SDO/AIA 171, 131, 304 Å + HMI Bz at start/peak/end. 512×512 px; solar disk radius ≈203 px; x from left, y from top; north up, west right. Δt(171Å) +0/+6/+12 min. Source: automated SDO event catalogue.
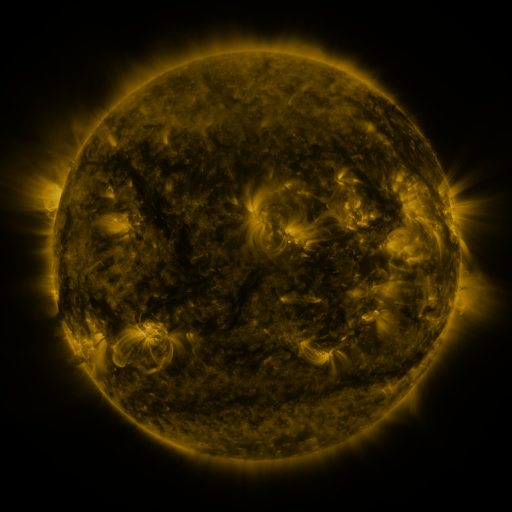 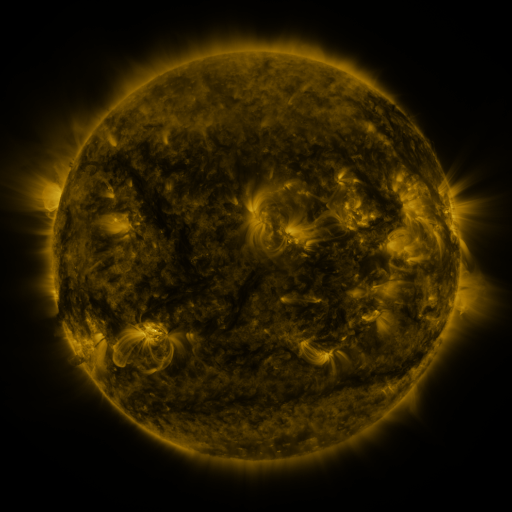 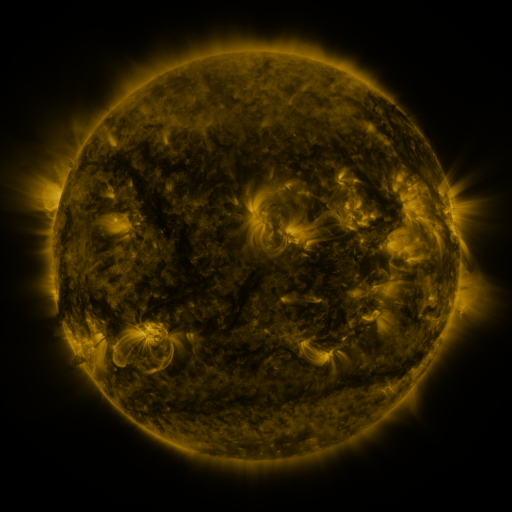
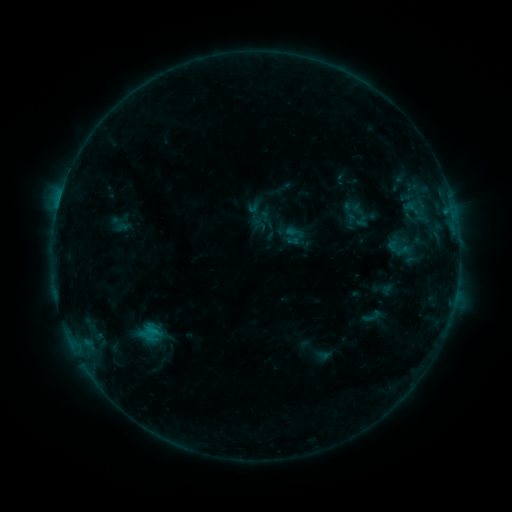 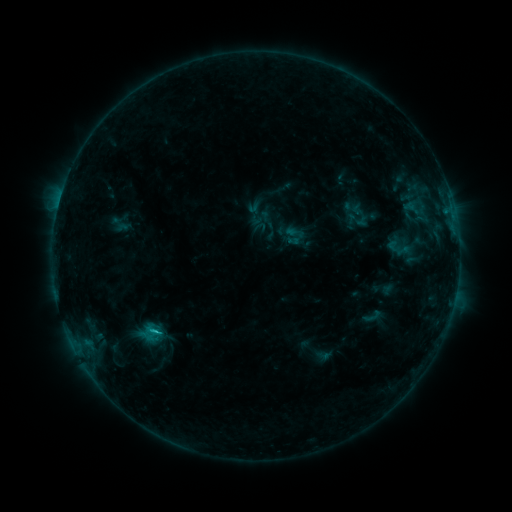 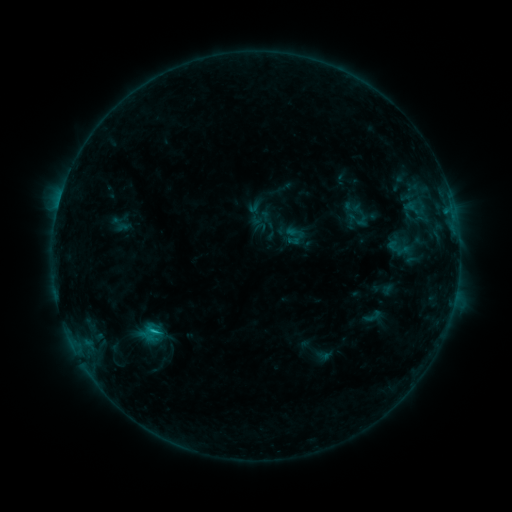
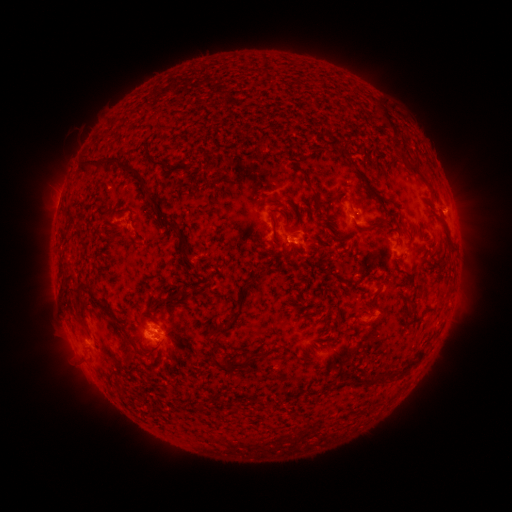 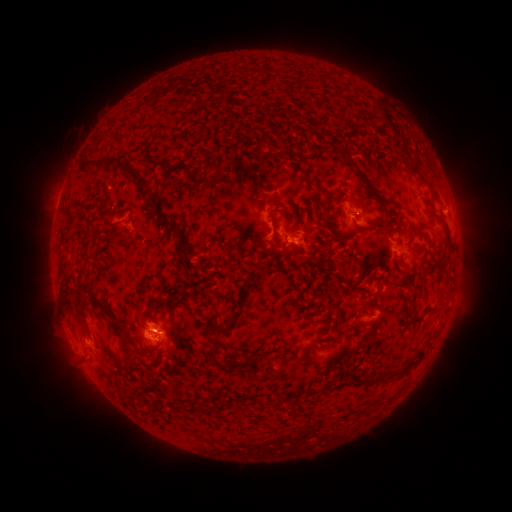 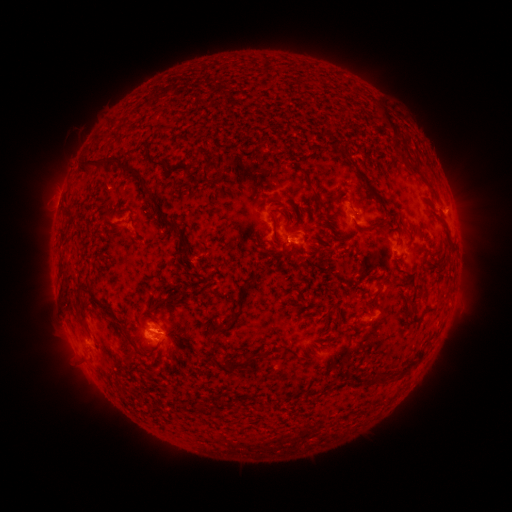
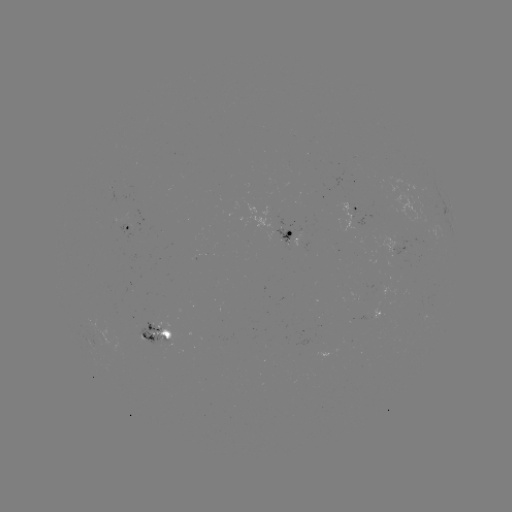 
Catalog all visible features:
B7.1 flare: (157, 329)
